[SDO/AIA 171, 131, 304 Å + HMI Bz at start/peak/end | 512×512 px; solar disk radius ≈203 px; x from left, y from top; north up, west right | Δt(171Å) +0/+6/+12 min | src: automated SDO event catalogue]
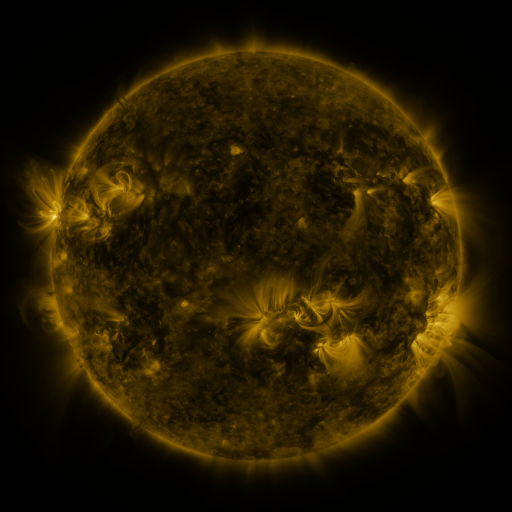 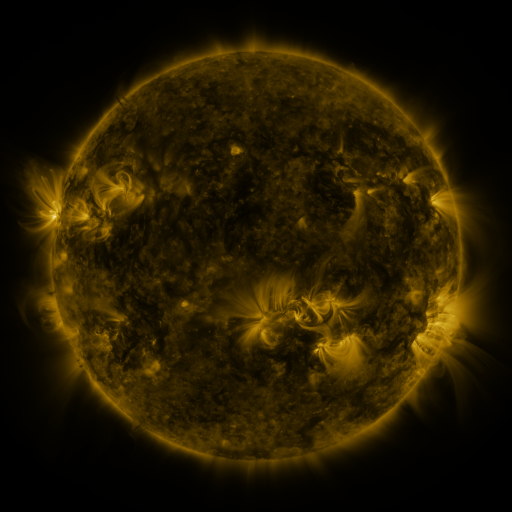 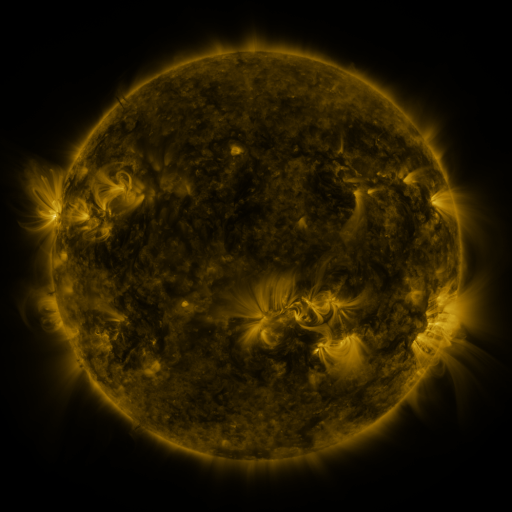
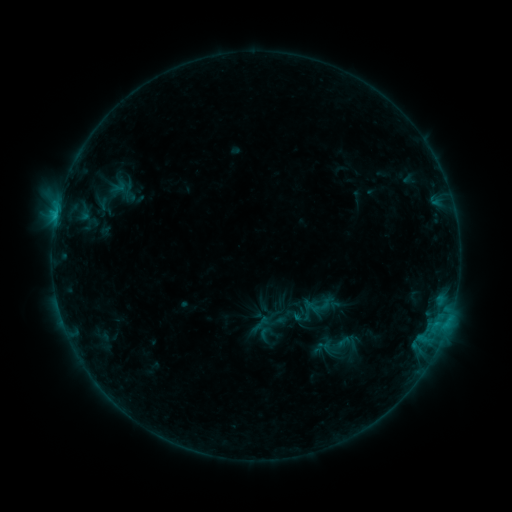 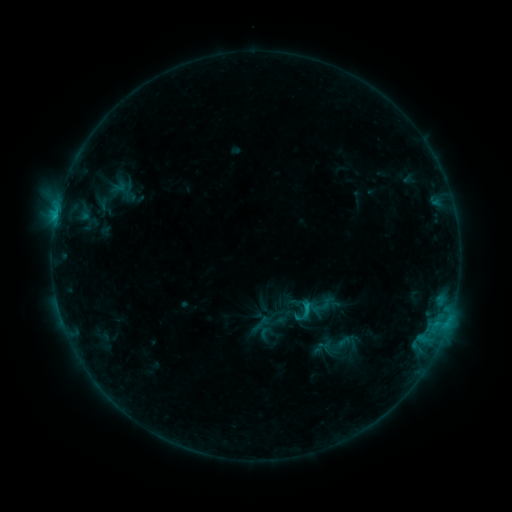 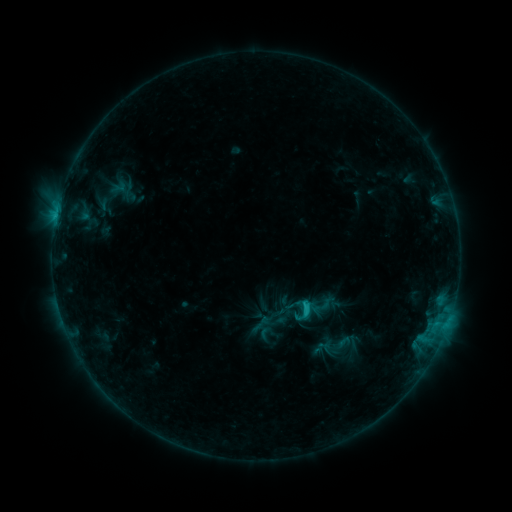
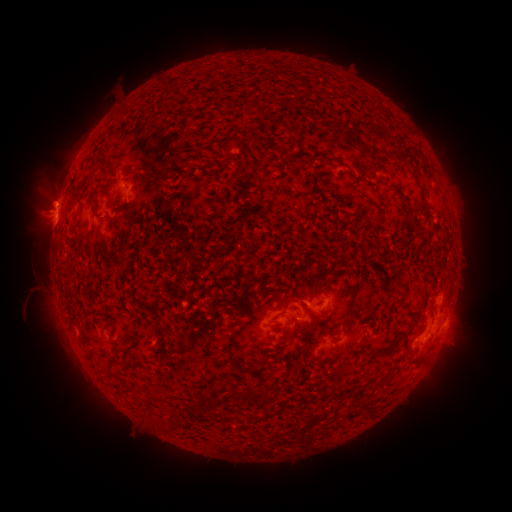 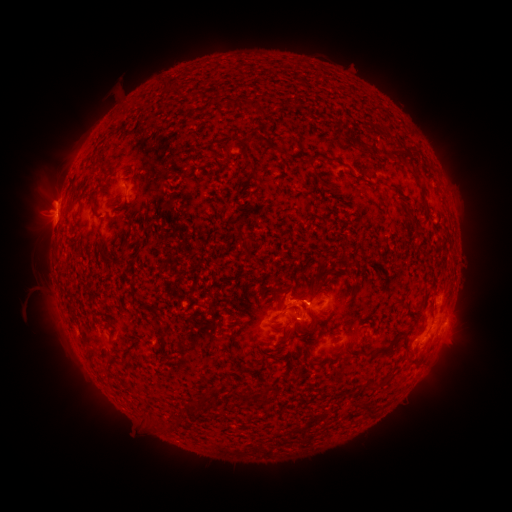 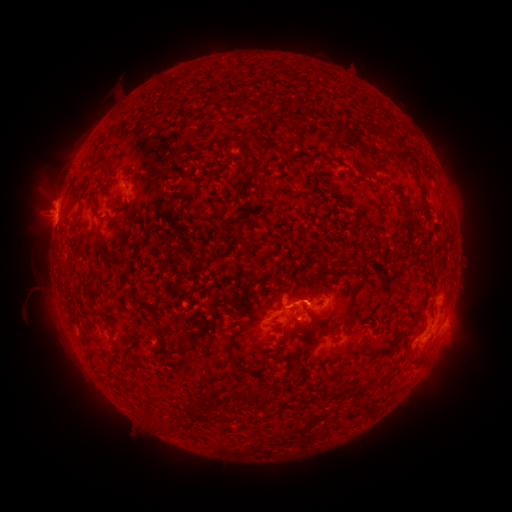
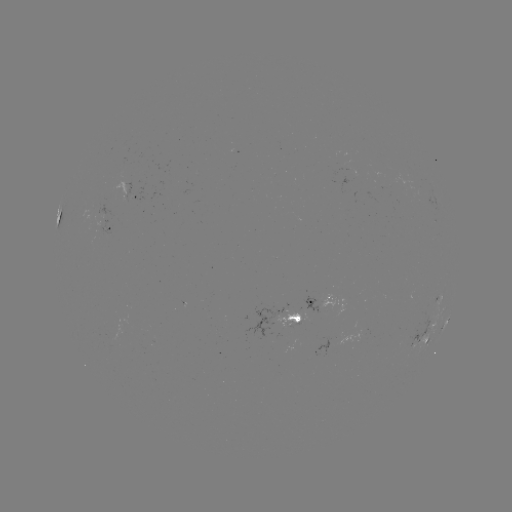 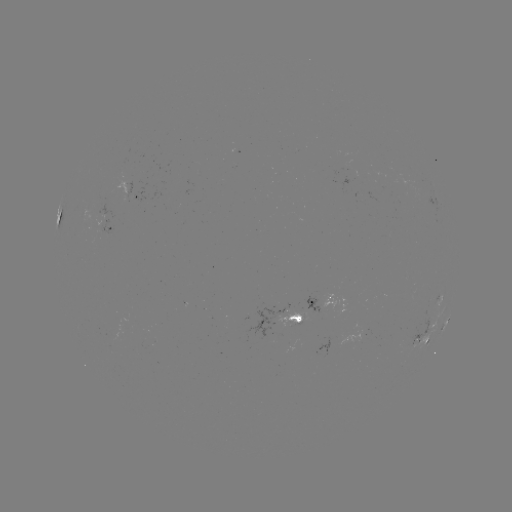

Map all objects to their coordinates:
eruption: (286, 295)
